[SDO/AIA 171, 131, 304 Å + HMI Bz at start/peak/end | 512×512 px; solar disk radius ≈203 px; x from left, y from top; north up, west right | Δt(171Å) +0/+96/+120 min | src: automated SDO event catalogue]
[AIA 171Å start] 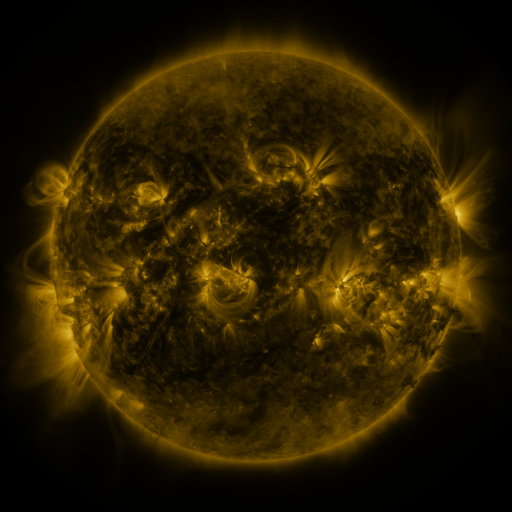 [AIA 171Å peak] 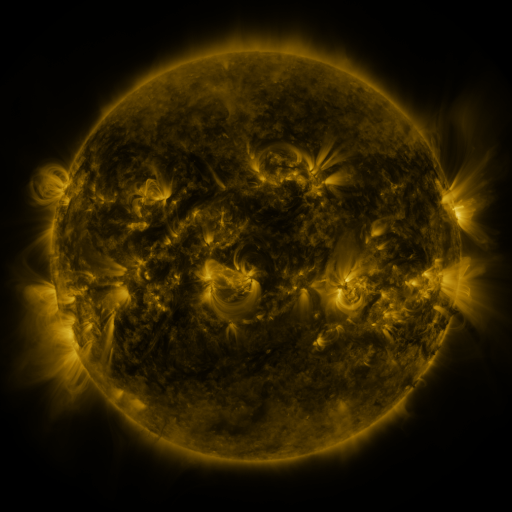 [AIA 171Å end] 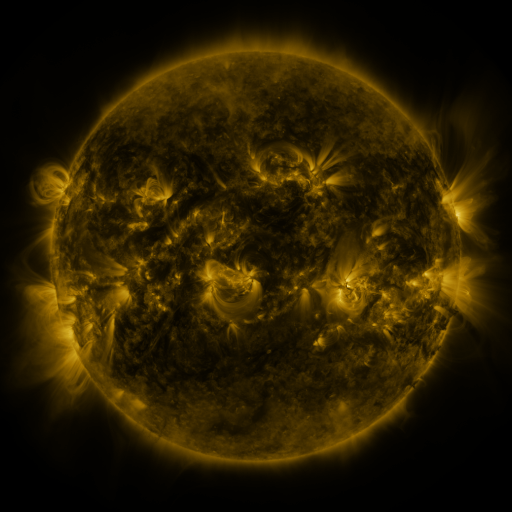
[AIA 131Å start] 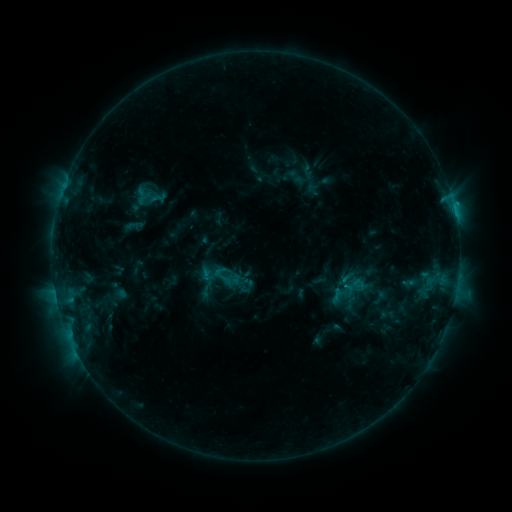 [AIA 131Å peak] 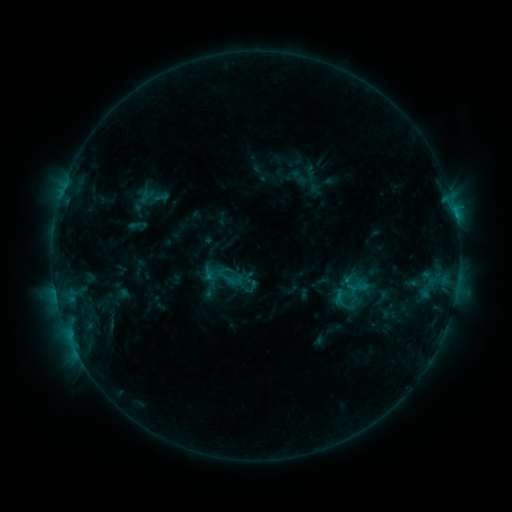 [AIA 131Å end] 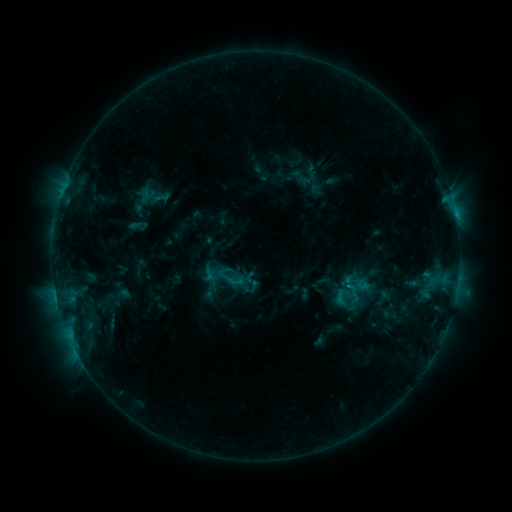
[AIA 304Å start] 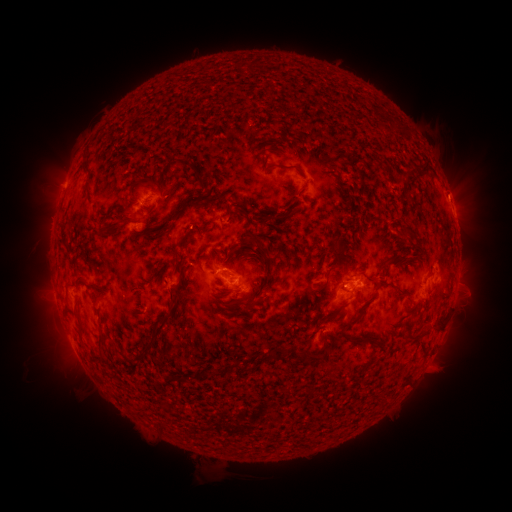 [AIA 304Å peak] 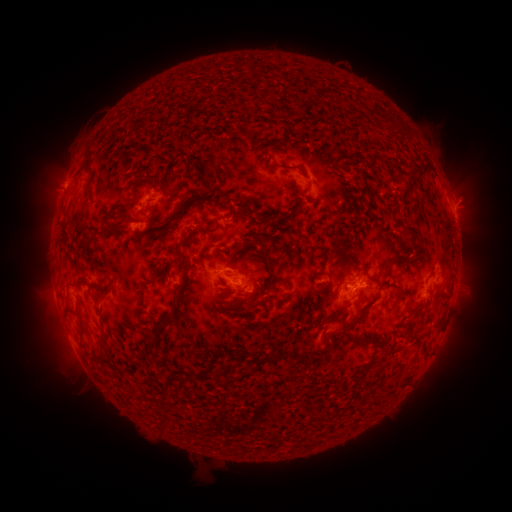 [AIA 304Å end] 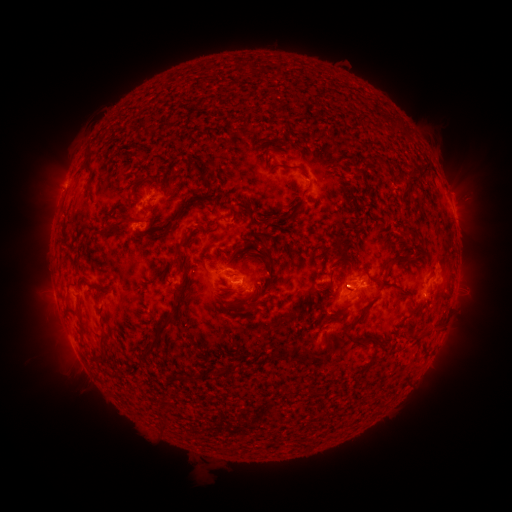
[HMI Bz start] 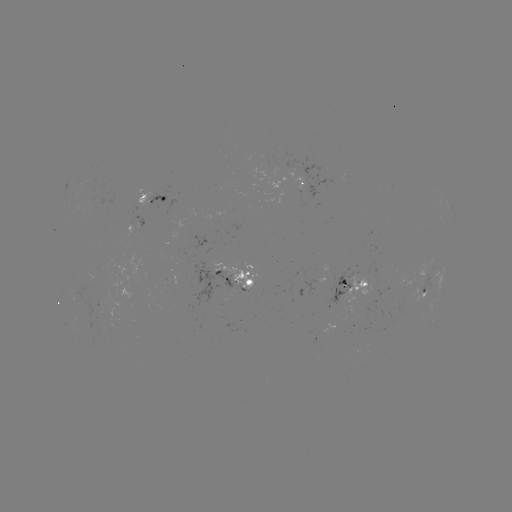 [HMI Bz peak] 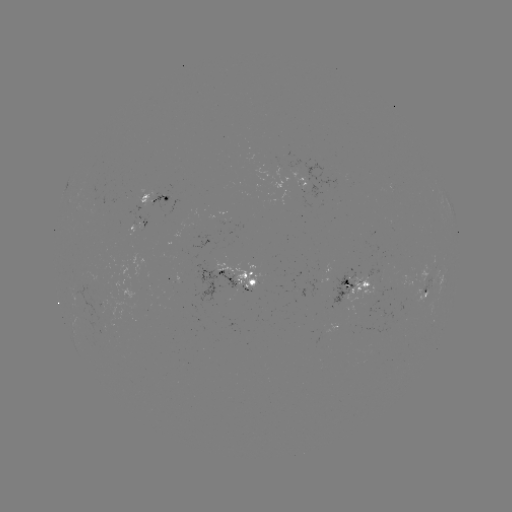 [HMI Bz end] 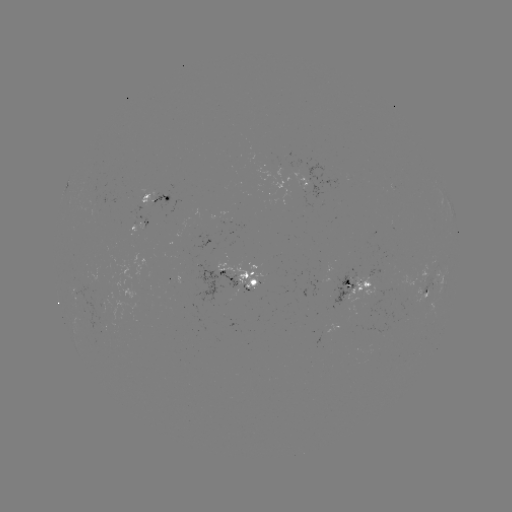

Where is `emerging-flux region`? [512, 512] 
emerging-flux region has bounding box [190, 262, 238, 306].